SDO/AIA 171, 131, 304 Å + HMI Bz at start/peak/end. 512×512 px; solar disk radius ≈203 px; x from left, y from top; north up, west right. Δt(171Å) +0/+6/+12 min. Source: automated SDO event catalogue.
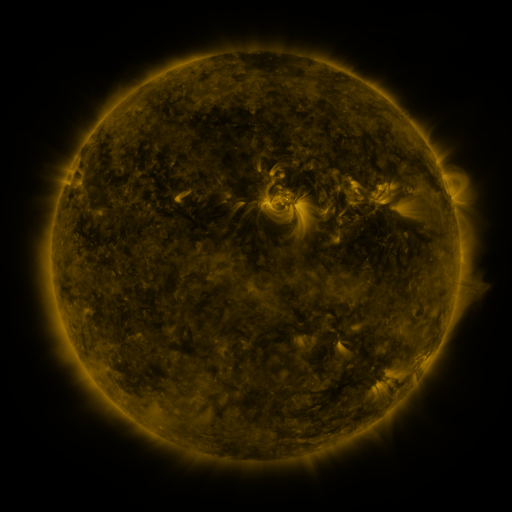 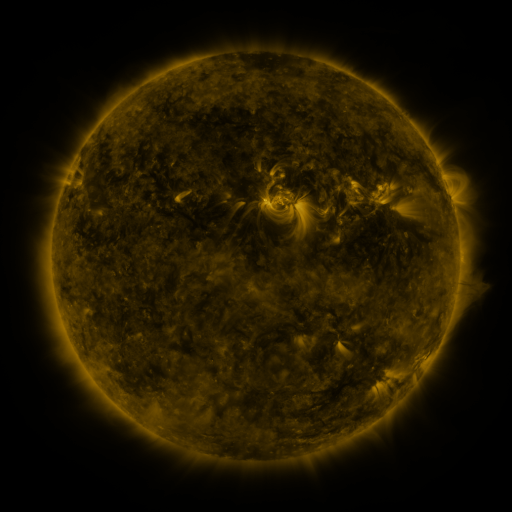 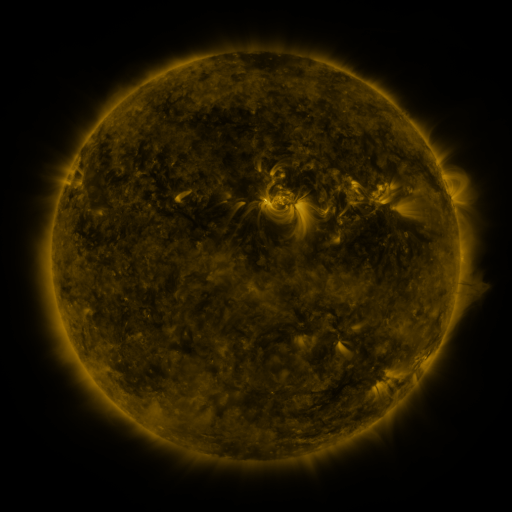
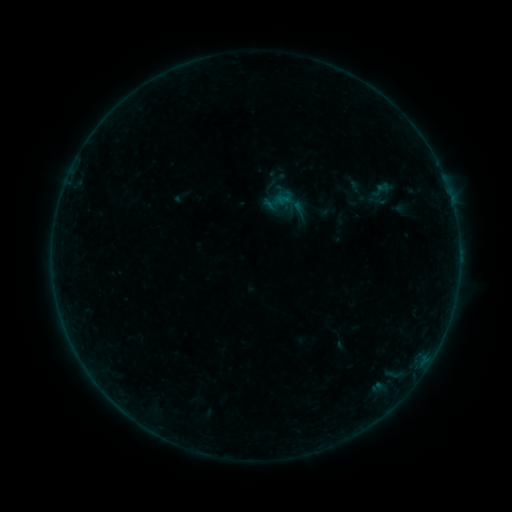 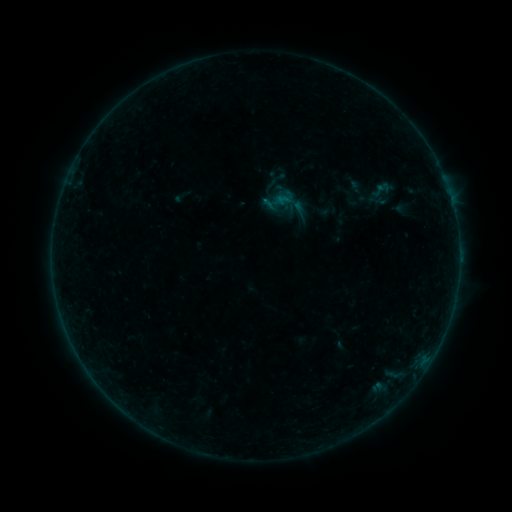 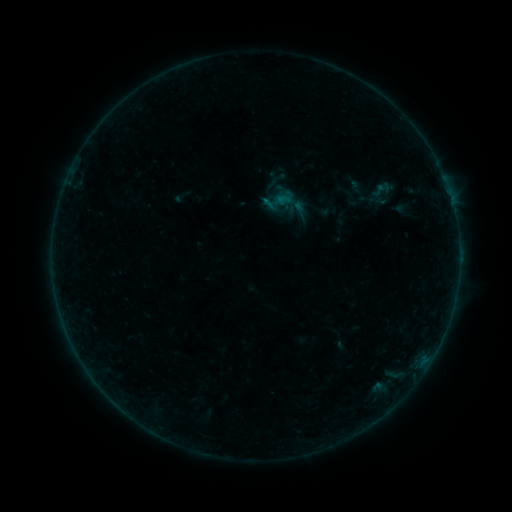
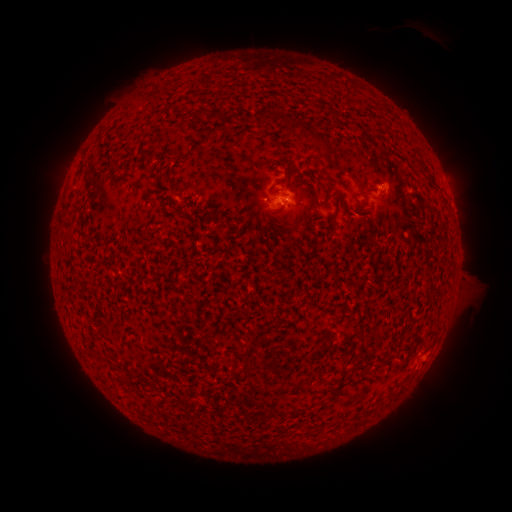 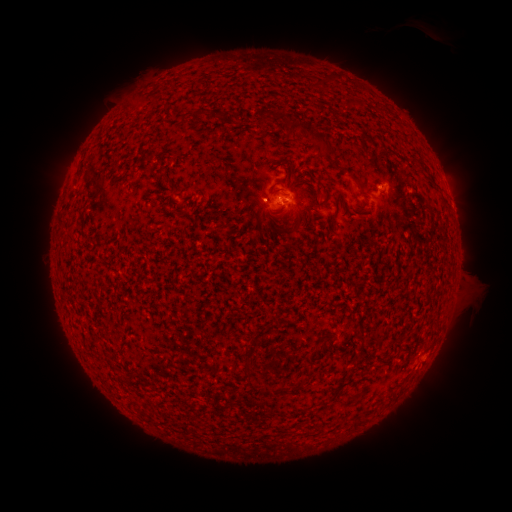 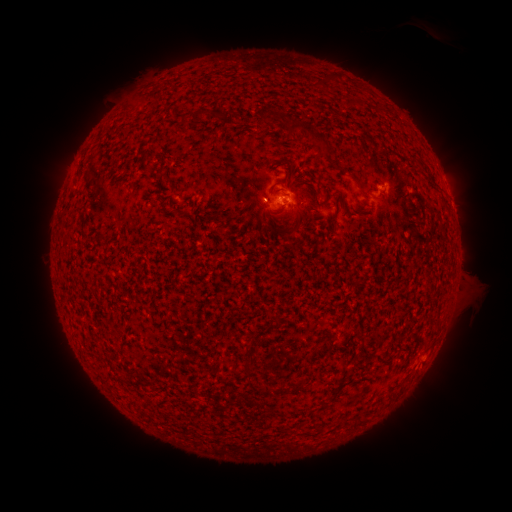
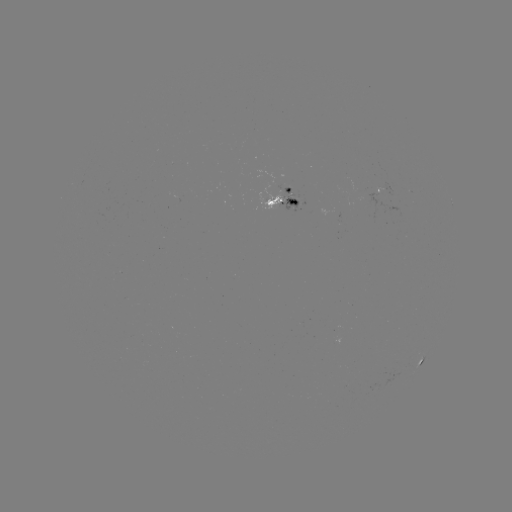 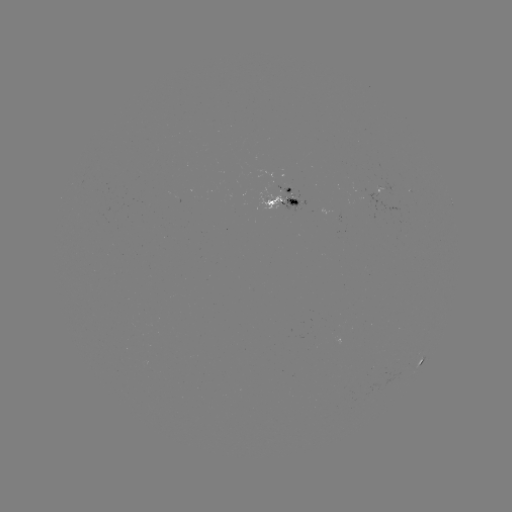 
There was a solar flare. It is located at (262, 202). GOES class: B2.1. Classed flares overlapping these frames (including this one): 1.